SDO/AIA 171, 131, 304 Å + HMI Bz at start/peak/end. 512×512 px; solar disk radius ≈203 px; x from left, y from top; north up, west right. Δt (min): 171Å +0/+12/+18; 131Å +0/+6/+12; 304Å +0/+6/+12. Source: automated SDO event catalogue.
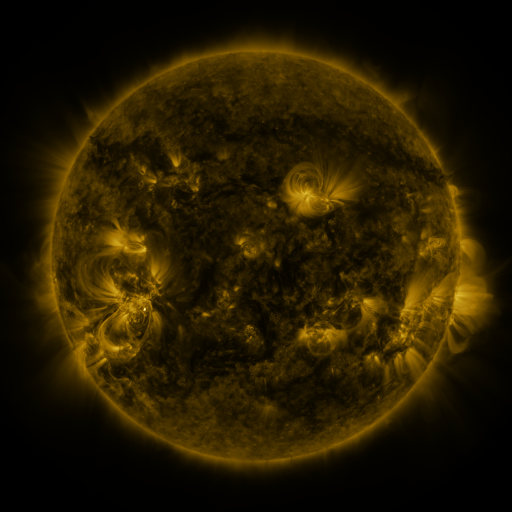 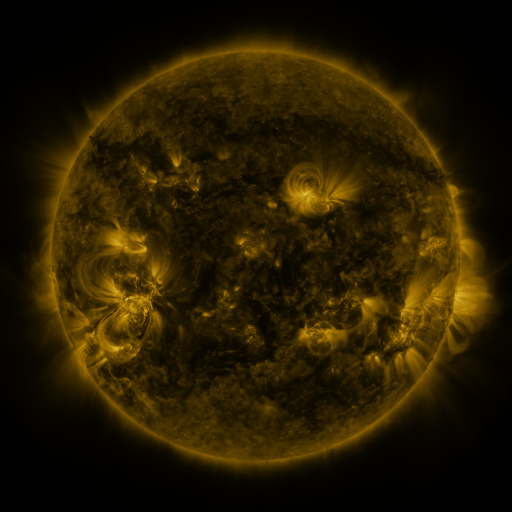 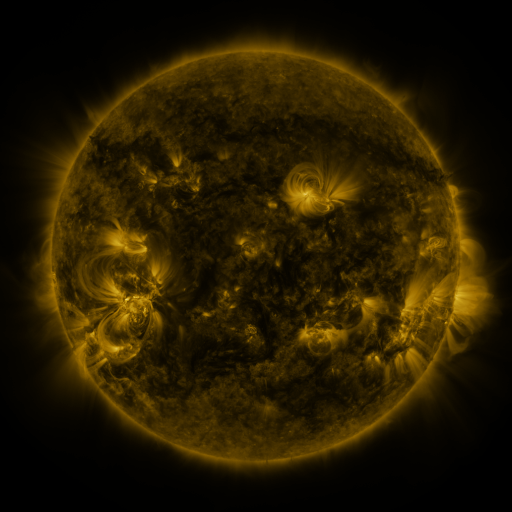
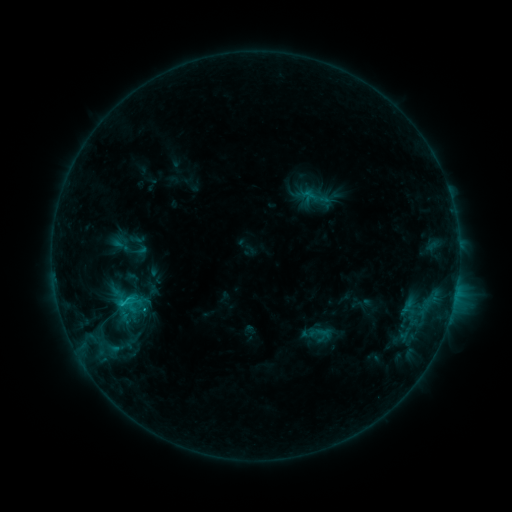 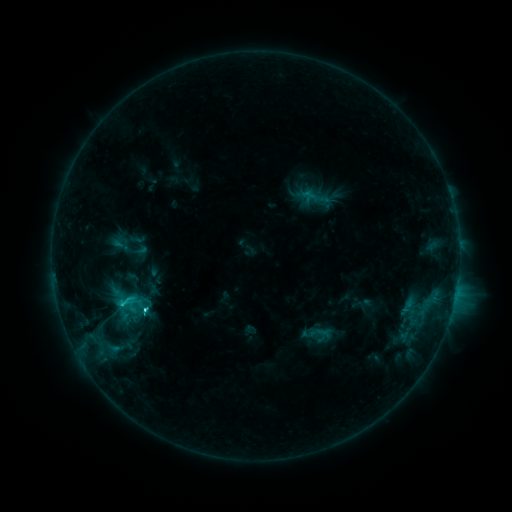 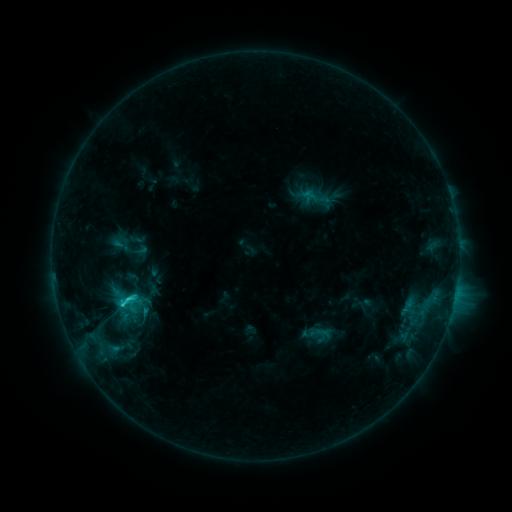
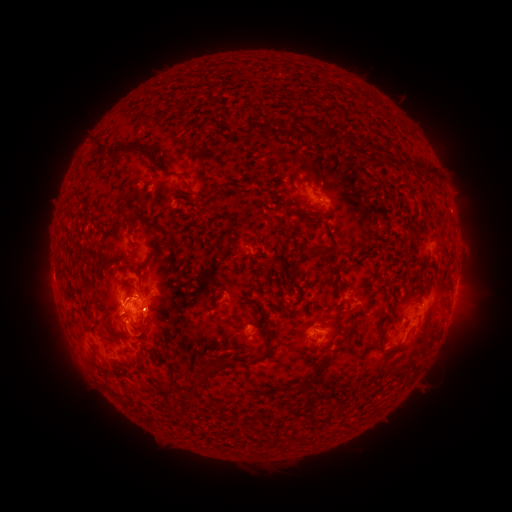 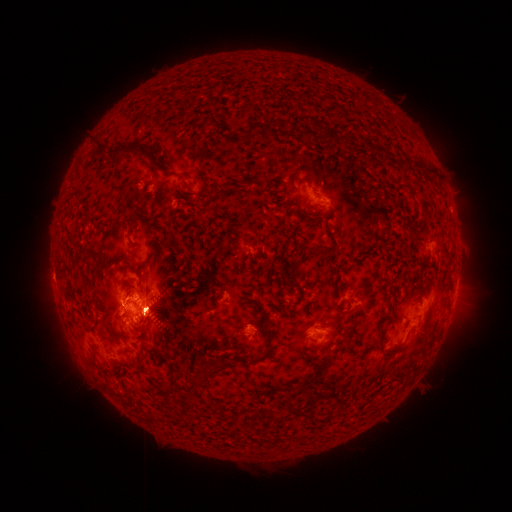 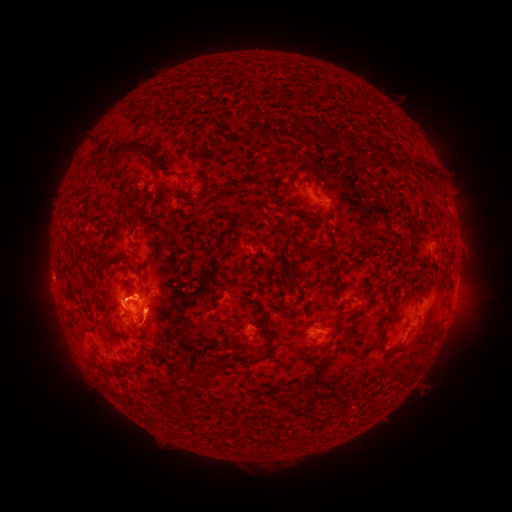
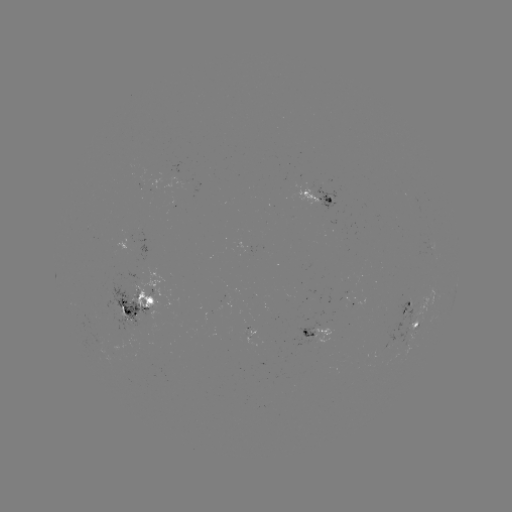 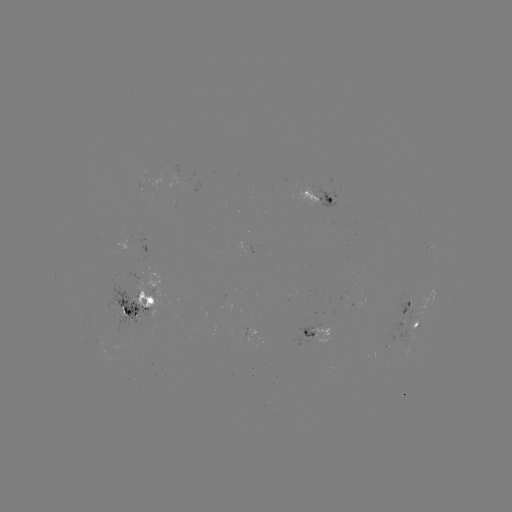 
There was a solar eruption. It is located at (158, 315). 